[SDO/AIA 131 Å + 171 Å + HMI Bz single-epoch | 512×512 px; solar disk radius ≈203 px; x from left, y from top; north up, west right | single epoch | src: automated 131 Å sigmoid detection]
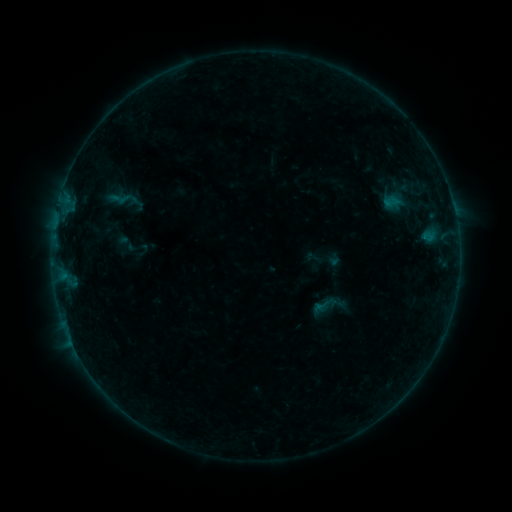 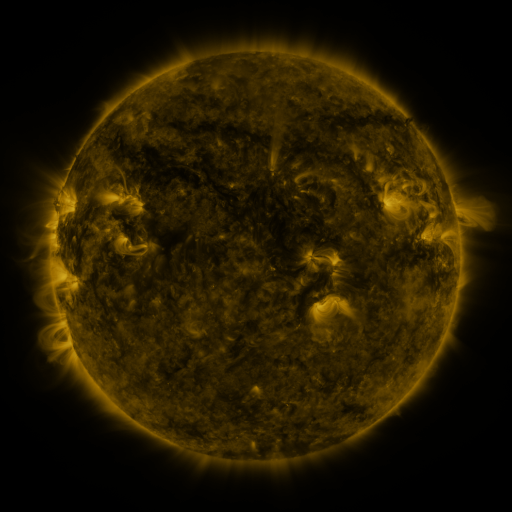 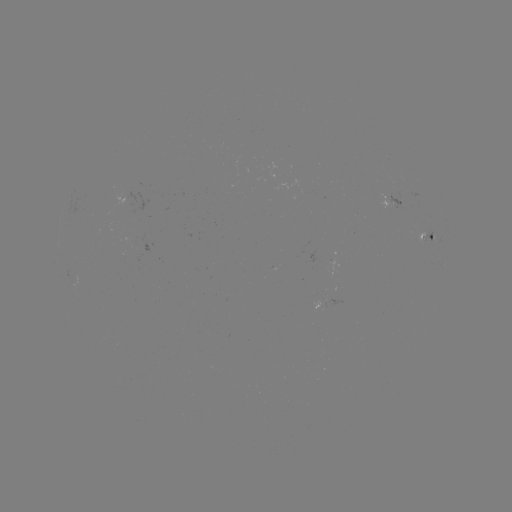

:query sigmoid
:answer (325, 305)